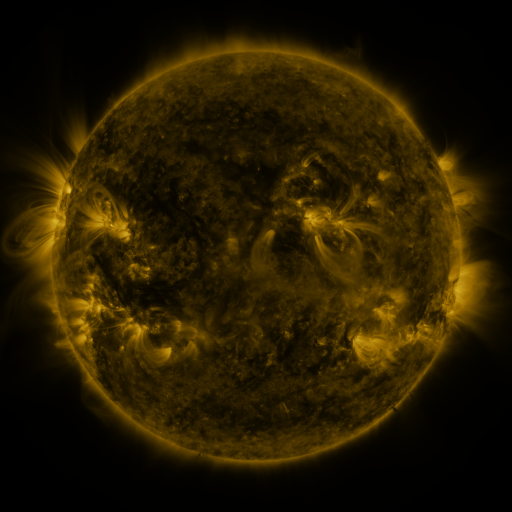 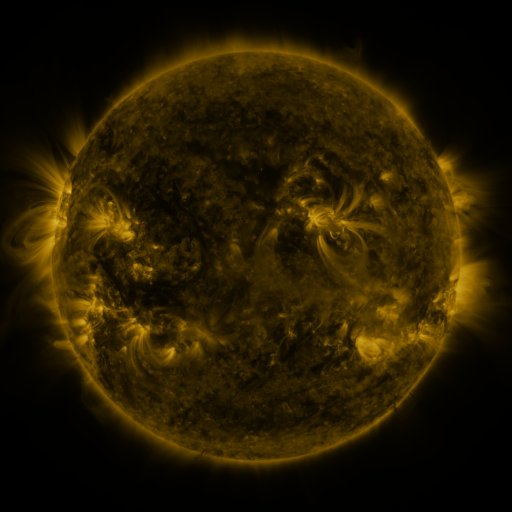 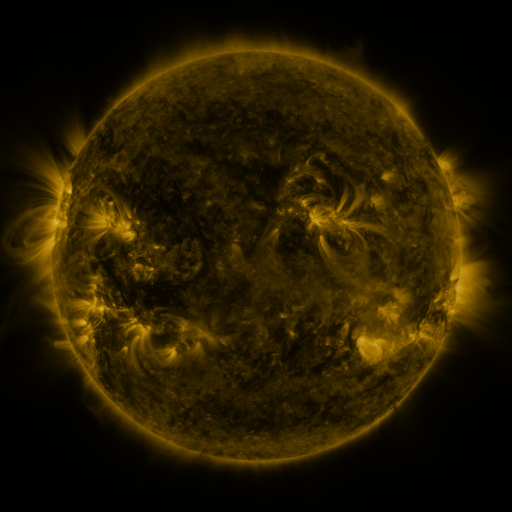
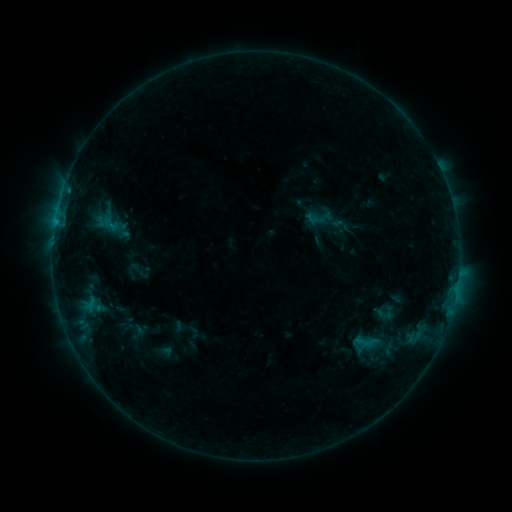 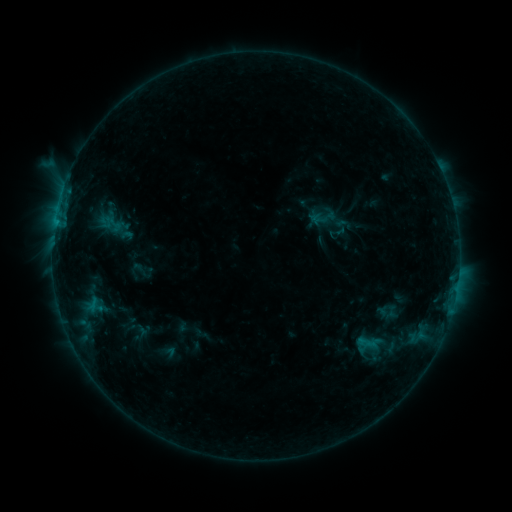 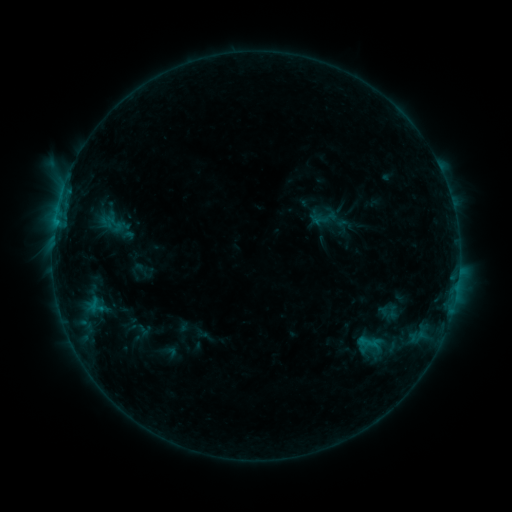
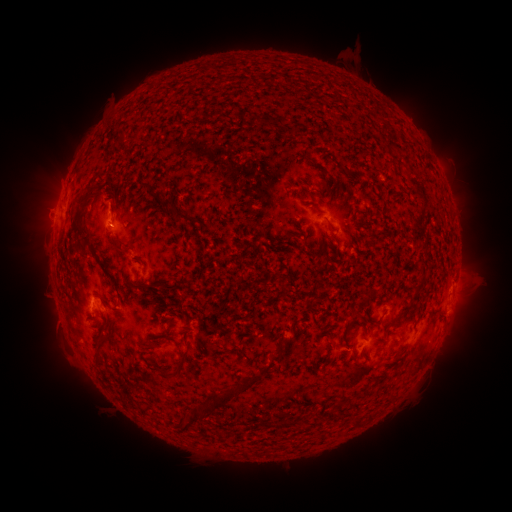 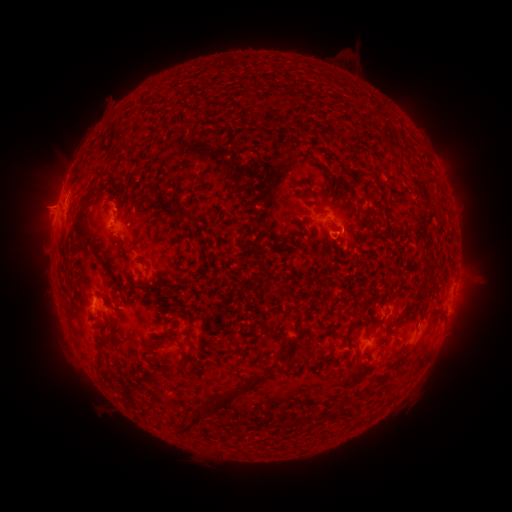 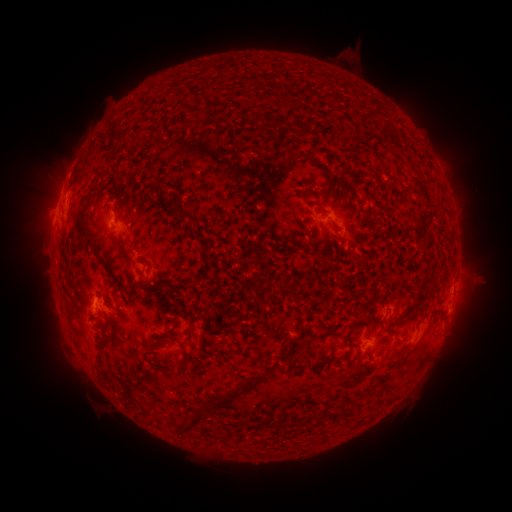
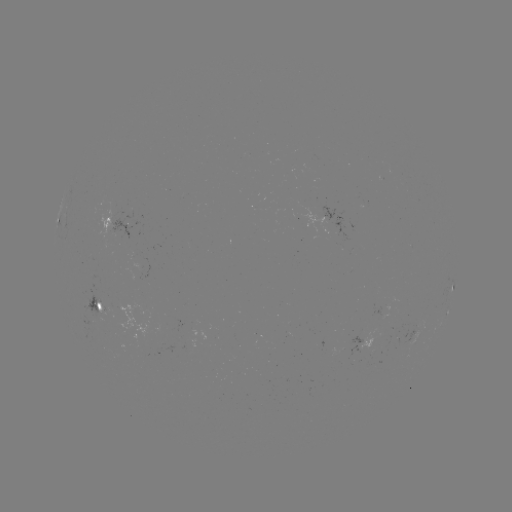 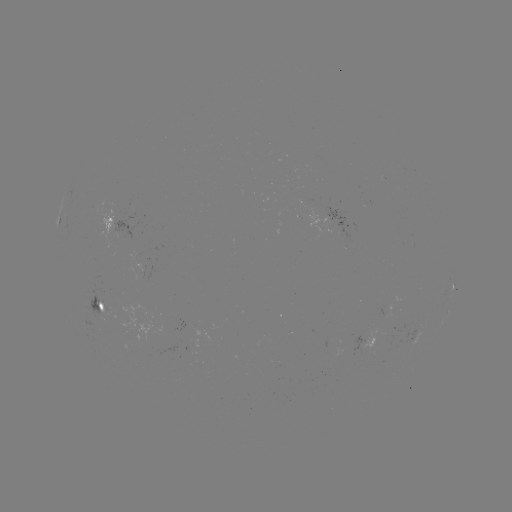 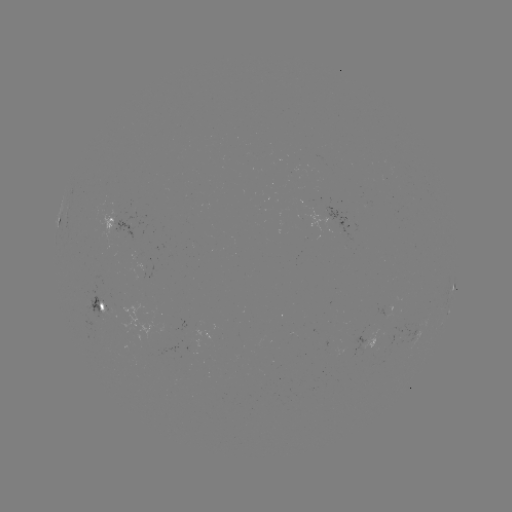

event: flare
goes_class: B7.1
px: (70, 175)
